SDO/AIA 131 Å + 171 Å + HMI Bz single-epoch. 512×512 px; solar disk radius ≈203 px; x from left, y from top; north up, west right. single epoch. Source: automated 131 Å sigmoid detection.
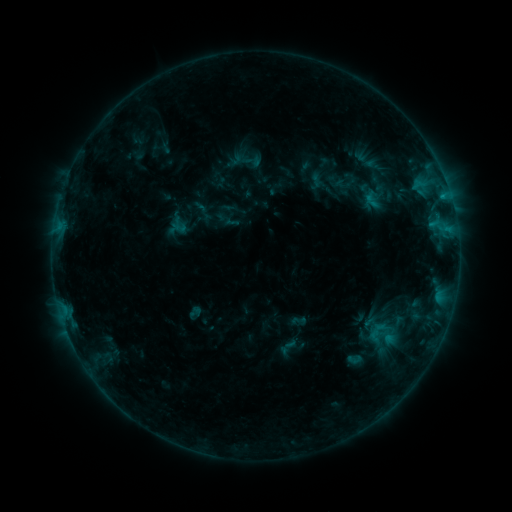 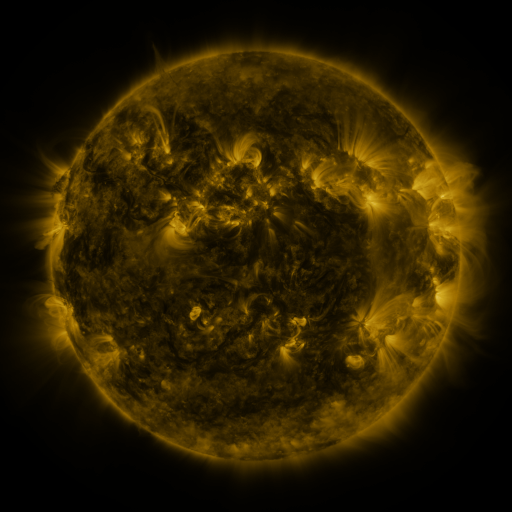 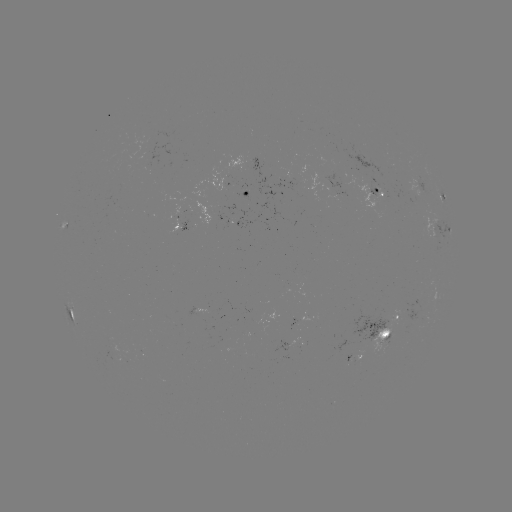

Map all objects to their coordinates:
sigmoid: <bbox>346, 351, 361, 366</bbox>
